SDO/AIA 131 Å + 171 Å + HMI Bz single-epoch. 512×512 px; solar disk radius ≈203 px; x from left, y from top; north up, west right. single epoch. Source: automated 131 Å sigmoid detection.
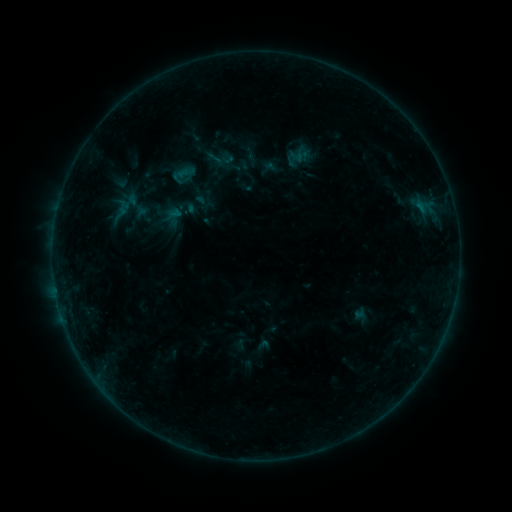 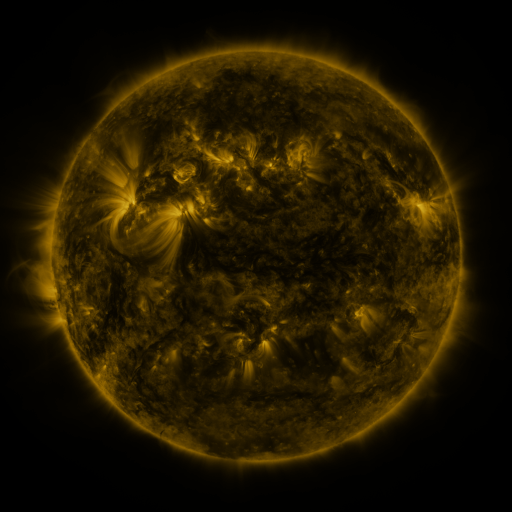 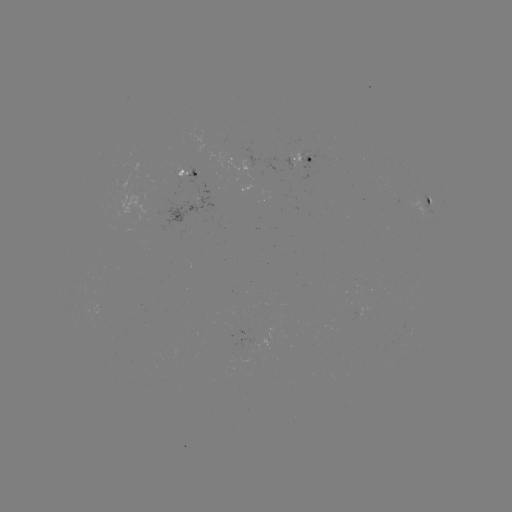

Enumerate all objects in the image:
sigmoid: <bbox>206, 149, 224, 168</bbox>
sigmoid: <bbox>141, 159, 167, 185</bbox>
